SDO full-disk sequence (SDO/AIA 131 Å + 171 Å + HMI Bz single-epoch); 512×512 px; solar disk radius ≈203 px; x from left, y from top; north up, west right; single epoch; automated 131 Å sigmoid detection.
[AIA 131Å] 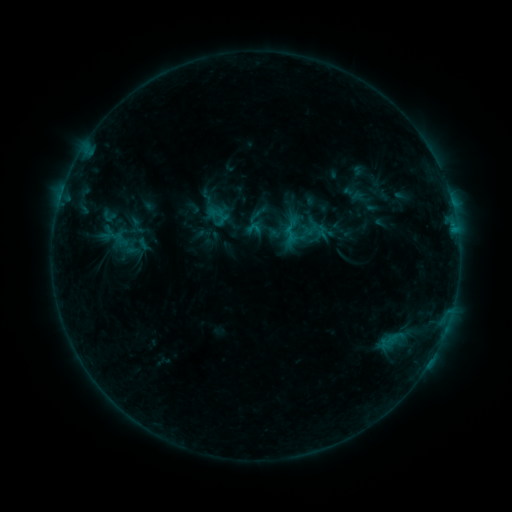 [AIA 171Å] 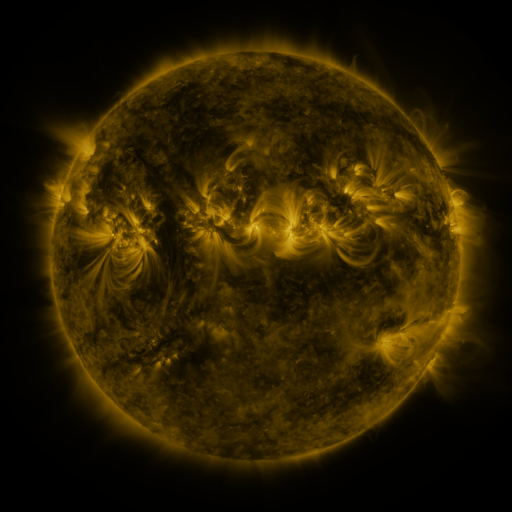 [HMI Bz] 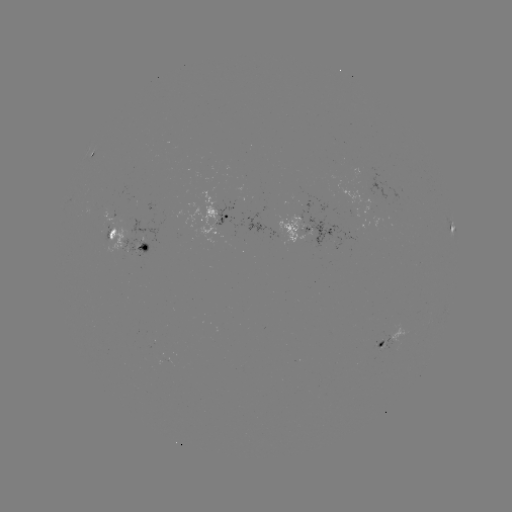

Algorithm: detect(sigmoid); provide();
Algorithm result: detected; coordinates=(108, 216)